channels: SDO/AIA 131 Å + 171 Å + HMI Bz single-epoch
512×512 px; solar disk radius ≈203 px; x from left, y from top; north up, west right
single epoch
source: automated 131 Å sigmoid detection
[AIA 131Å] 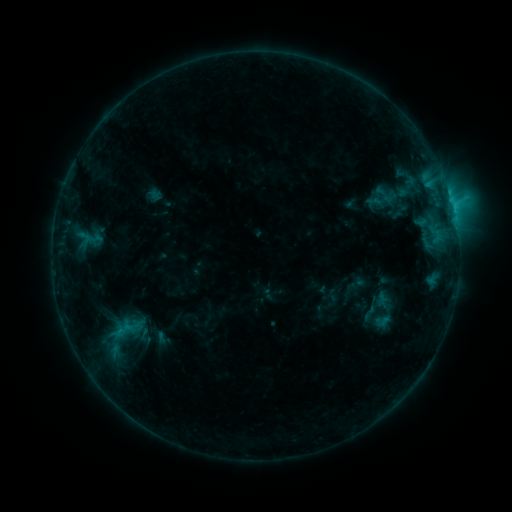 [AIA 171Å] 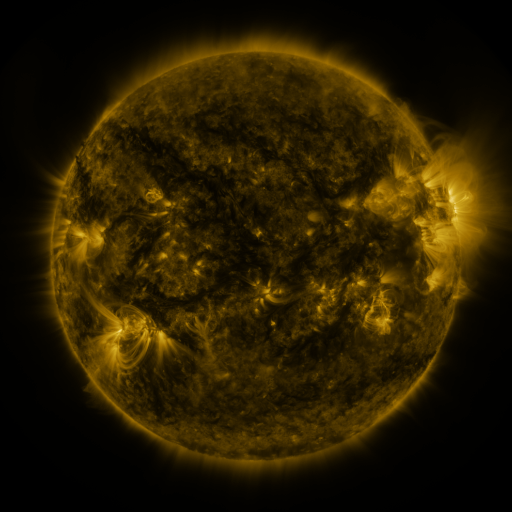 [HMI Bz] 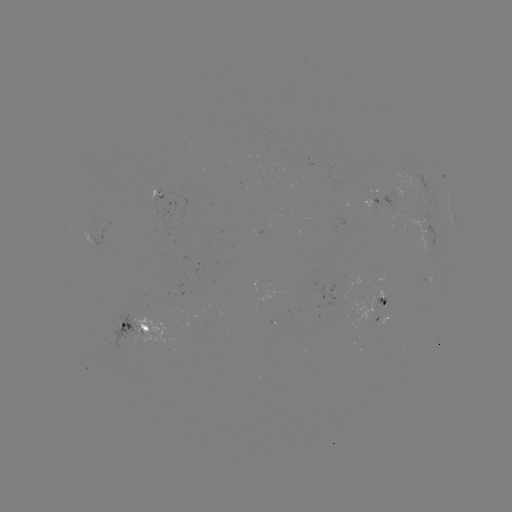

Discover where sigmoid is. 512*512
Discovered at [383, 194].